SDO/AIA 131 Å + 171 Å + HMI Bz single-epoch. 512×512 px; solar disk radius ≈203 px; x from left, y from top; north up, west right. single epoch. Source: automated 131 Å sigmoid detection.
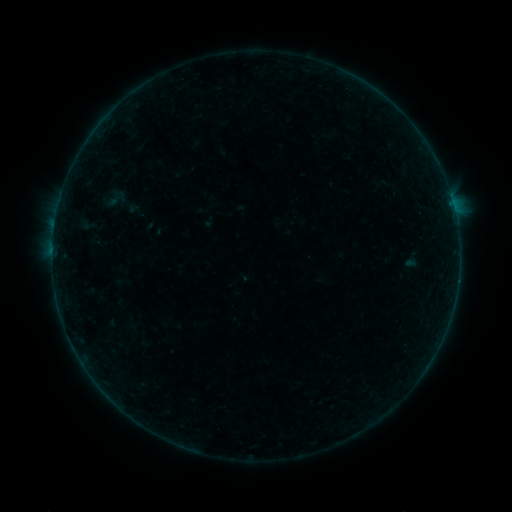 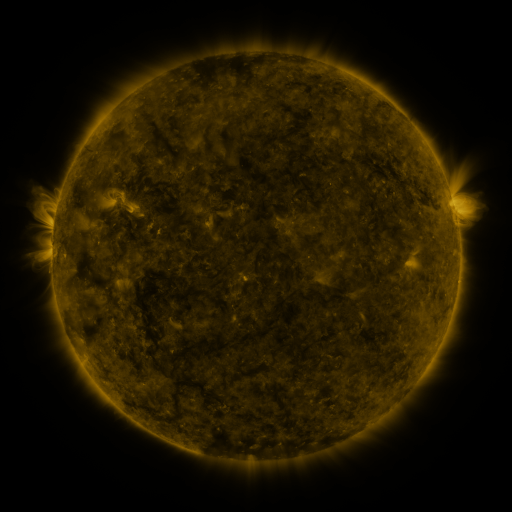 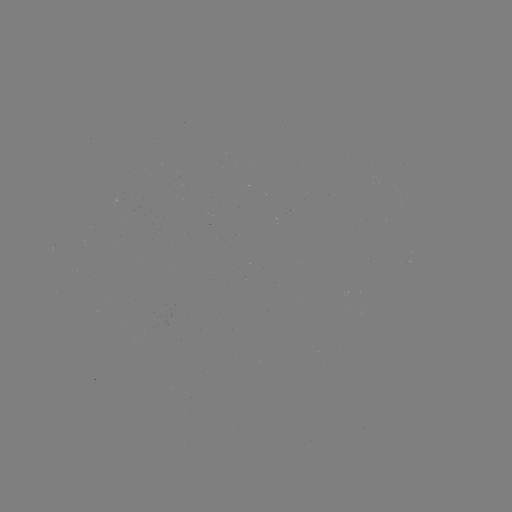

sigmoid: <bbox>106, 188, 127, 209</bbox>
